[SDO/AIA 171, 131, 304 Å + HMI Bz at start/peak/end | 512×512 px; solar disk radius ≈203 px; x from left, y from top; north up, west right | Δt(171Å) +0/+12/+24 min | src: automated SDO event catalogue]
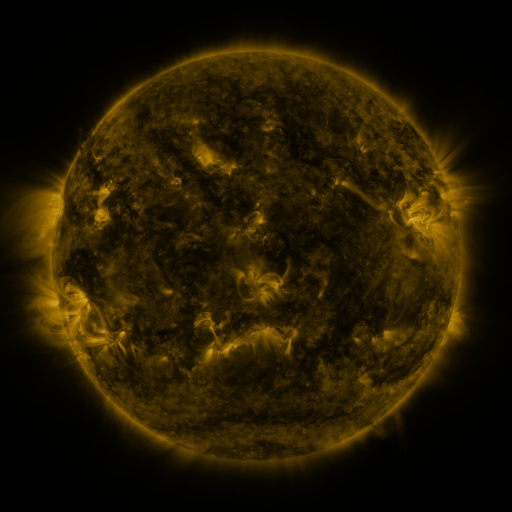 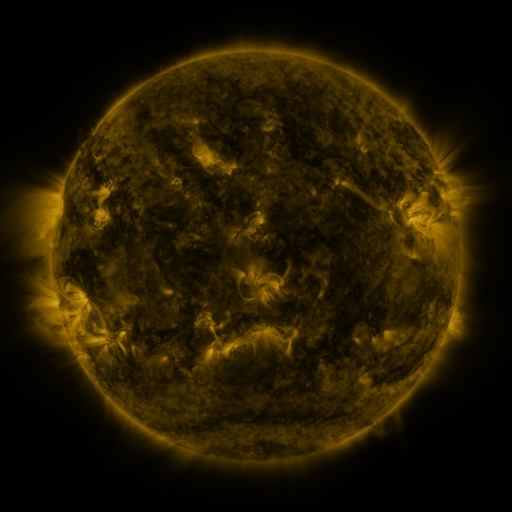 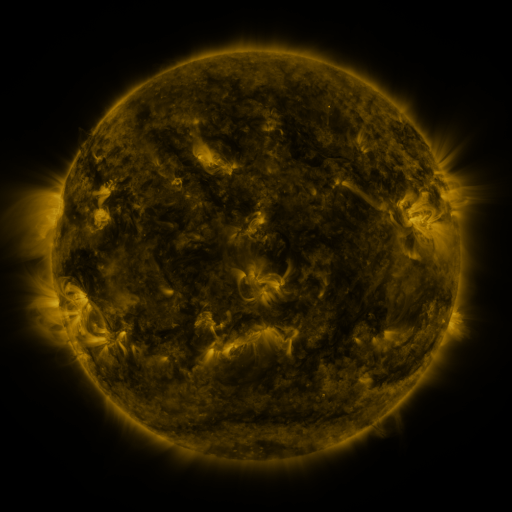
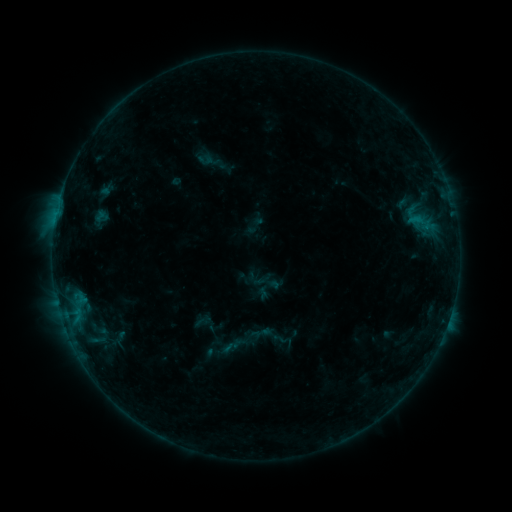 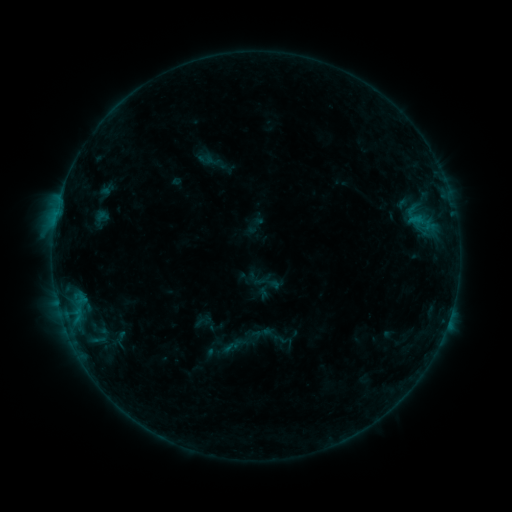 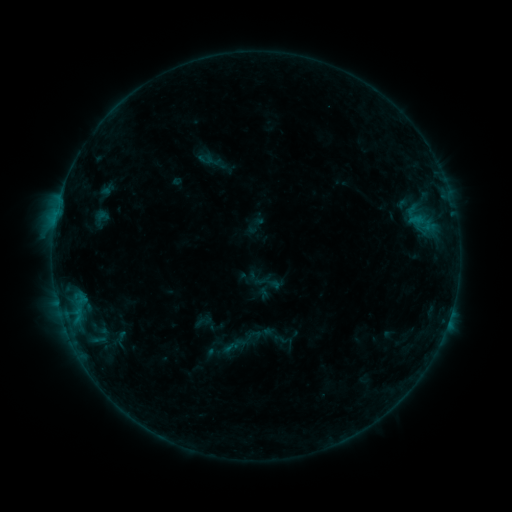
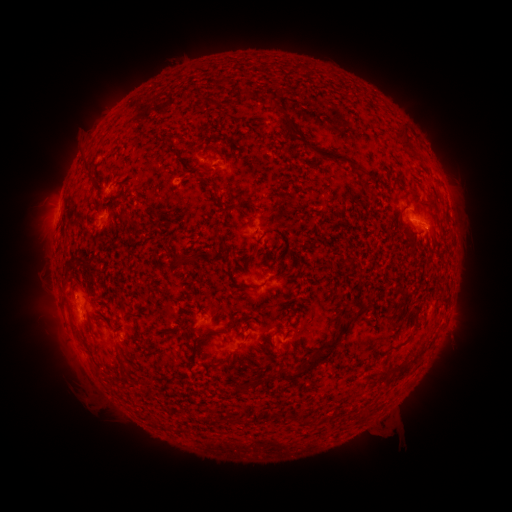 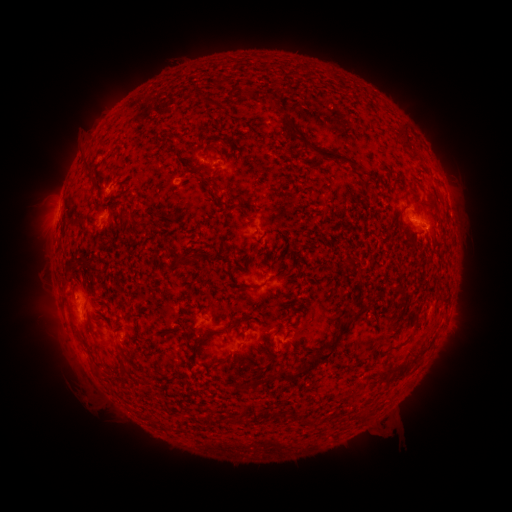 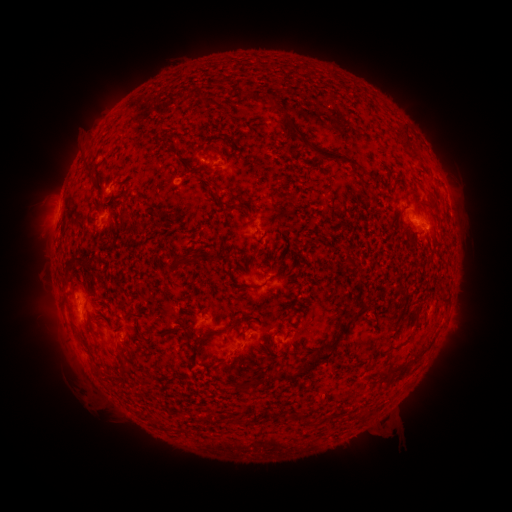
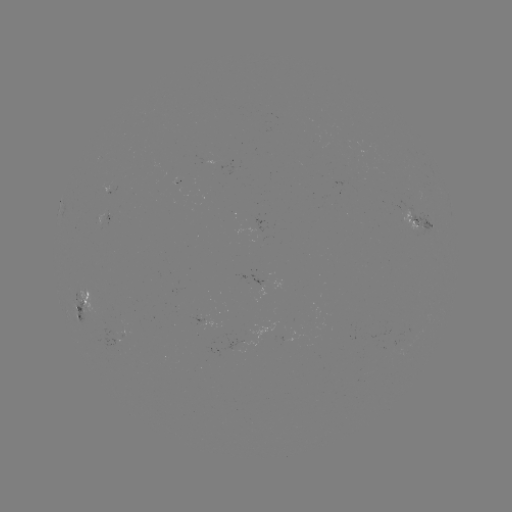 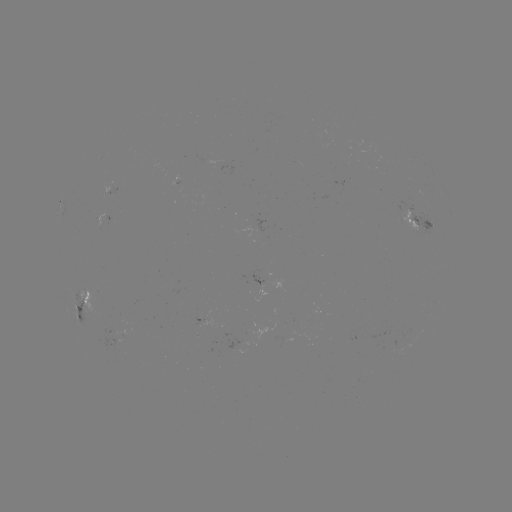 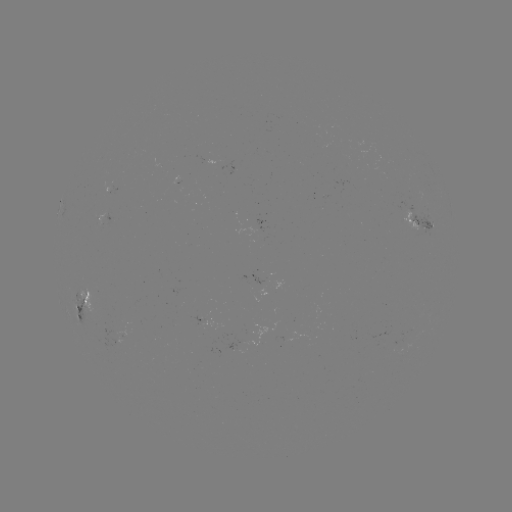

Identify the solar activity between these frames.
nothing was catalogued: no classed flare, no EUV trigger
